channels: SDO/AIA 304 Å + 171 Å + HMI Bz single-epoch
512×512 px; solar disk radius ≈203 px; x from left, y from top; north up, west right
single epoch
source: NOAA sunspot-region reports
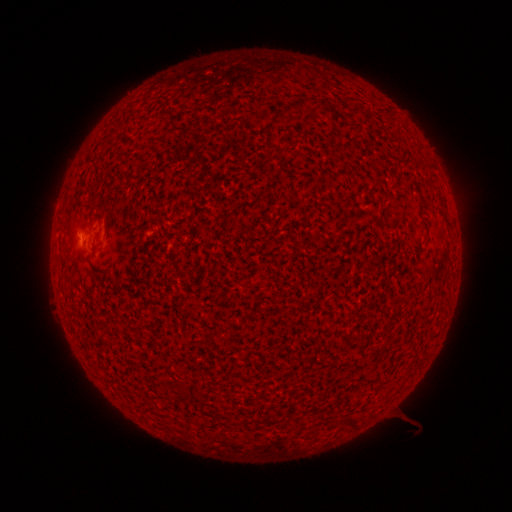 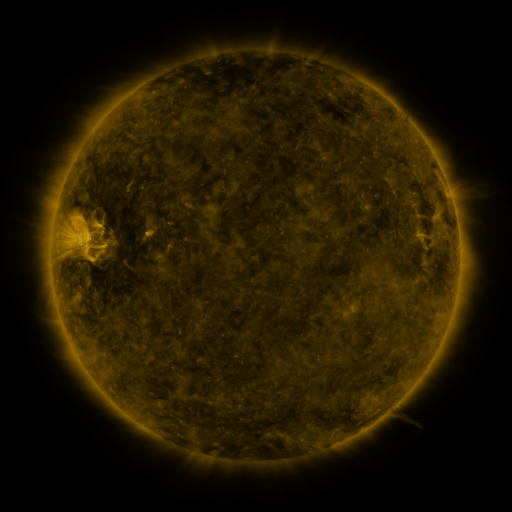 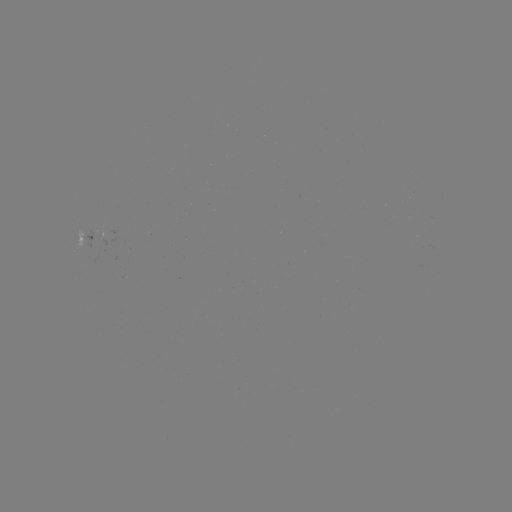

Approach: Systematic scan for spotted active region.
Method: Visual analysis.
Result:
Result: spotted active region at [88, 236].